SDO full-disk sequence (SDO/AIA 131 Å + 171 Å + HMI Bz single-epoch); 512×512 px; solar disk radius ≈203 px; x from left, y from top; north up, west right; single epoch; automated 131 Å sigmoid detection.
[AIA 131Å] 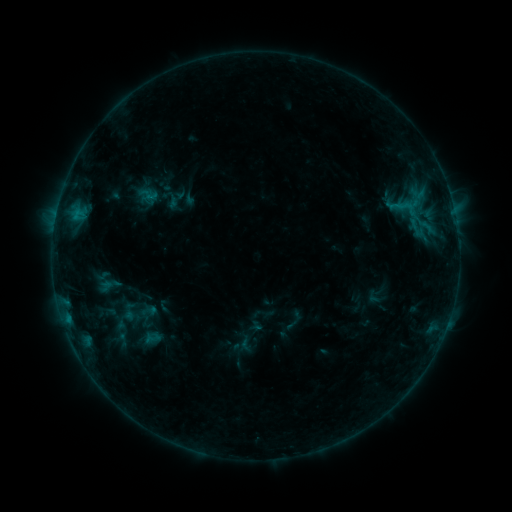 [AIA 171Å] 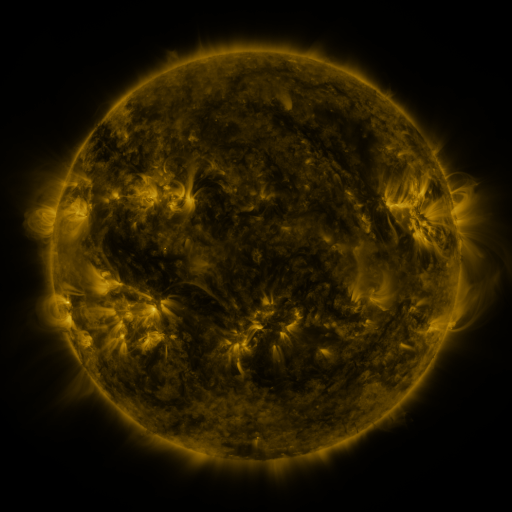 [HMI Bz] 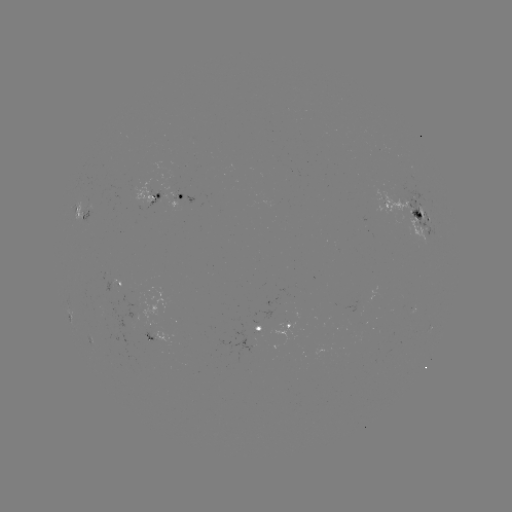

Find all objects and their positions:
sigmoid: (140, 185, 158, 204)
sigmoid: (140, 330, 164, 346)
